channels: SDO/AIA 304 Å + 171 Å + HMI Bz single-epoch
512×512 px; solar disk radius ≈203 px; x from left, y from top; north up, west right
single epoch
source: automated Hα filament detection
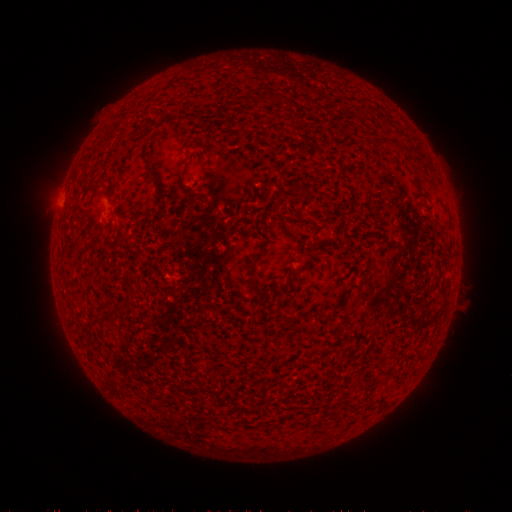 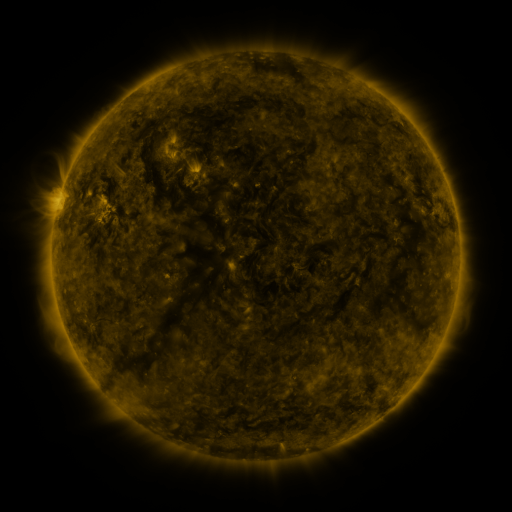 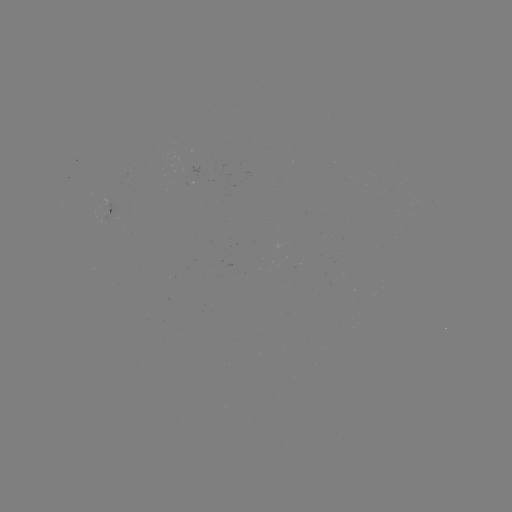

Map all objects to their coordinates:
filament: <bbox>252, 91, 267, 104</bbox>
filament: <bbox>219, 96, 243, 115</bbox>
filament: <bbox>403, 144, 416, 153</bbox>
filament: <bbox>143, 159, 154, 173</bbox>
filament: <bbox>96, 179, 105, 187</bbox>
filament: <bbox>299, 186, 311, 196</bbox>
filament: <bbox>294, 261, 311, 273</bbox>
filament: <bbox>284, 273, 295, 287</bbox>
filament: <bbox>110, 307, 125, 315</bbox>
filament: <bbox>94, 312, 113, 324</bbox>
